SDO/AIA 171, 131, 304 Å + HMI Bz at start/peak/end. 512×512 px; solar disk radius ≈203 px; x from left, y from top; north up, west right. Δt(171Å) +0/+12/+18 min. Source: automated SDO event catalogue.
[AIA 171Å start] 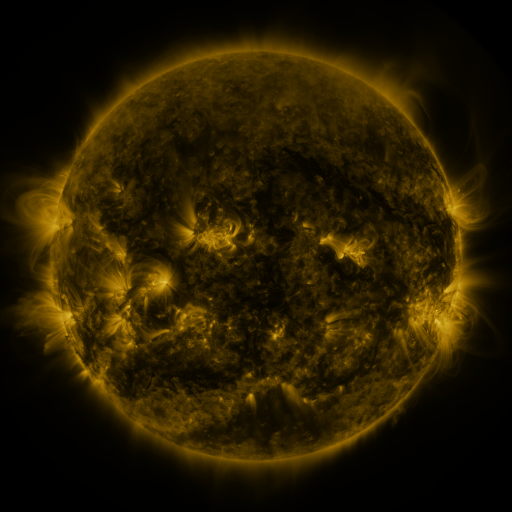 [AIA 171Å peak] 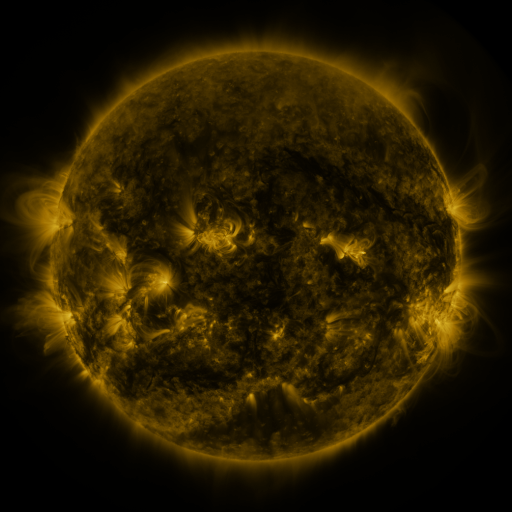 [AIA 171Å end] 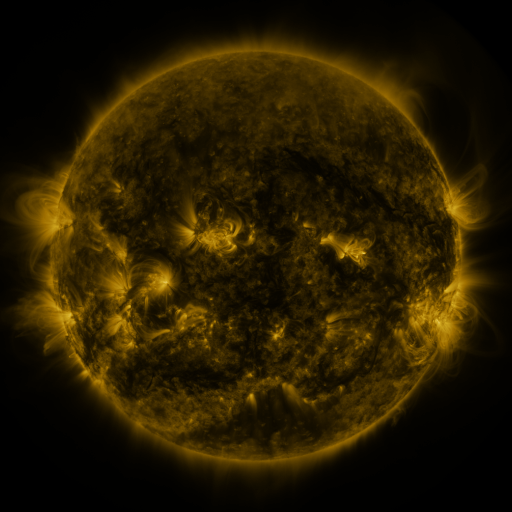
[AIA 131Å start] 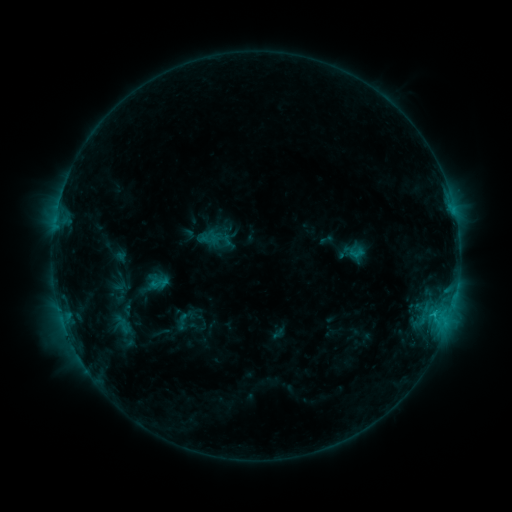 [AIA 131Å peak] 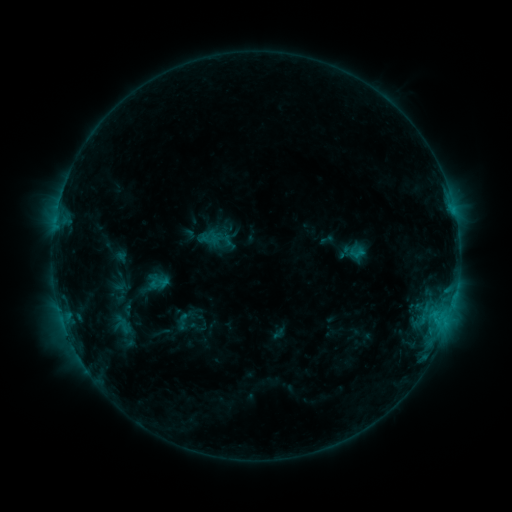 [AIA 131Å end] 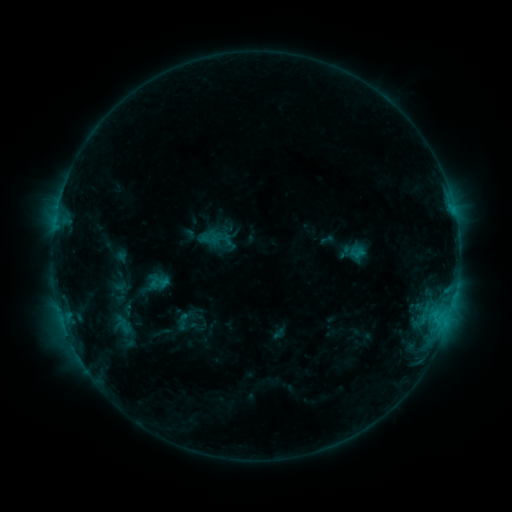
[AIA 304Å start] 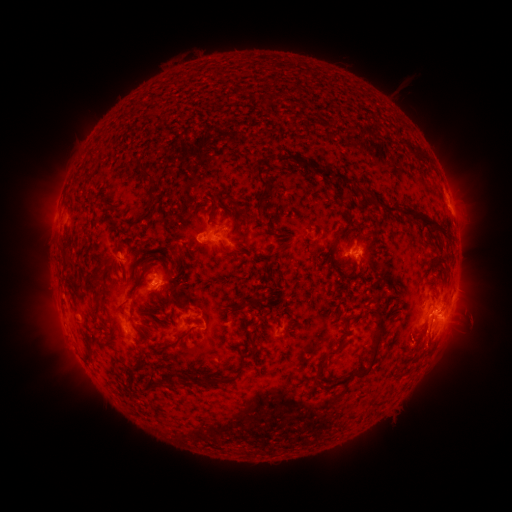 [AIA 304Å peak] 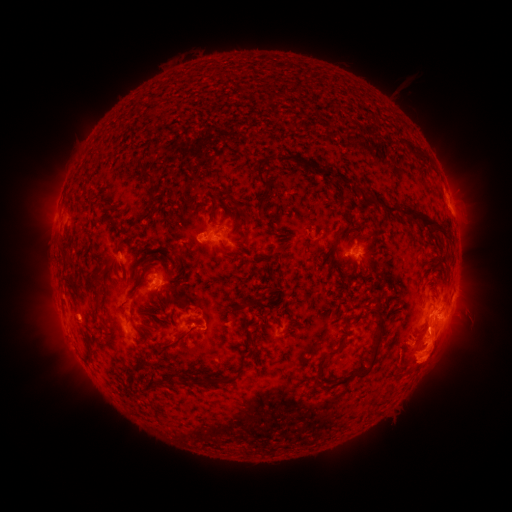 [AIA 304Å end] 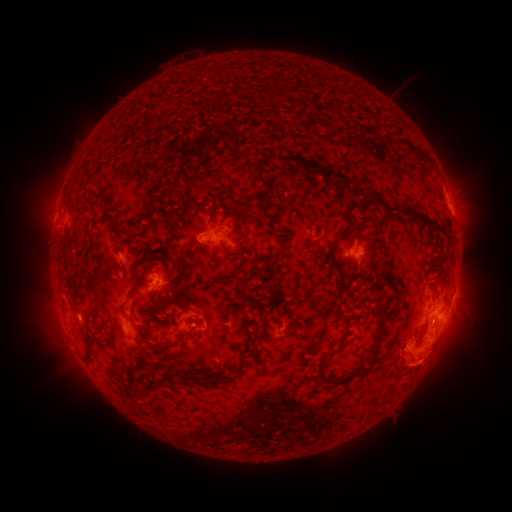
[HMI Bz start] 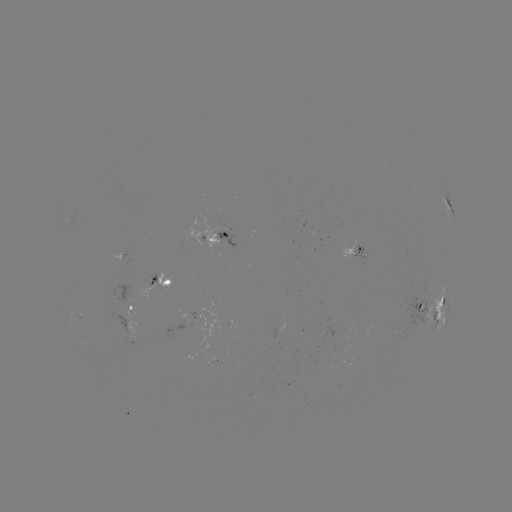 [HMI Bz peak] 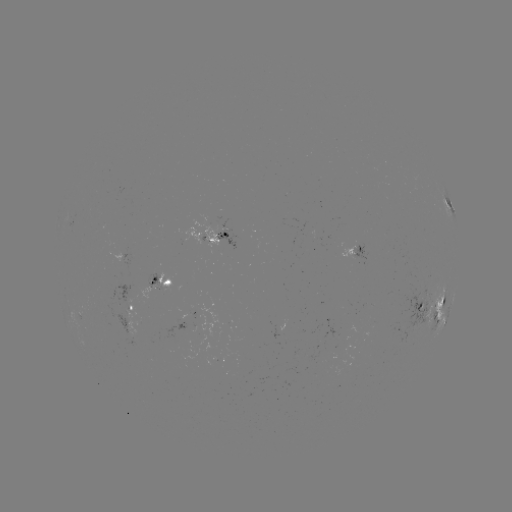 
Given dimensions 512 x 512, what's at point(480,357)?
eruption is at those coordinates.